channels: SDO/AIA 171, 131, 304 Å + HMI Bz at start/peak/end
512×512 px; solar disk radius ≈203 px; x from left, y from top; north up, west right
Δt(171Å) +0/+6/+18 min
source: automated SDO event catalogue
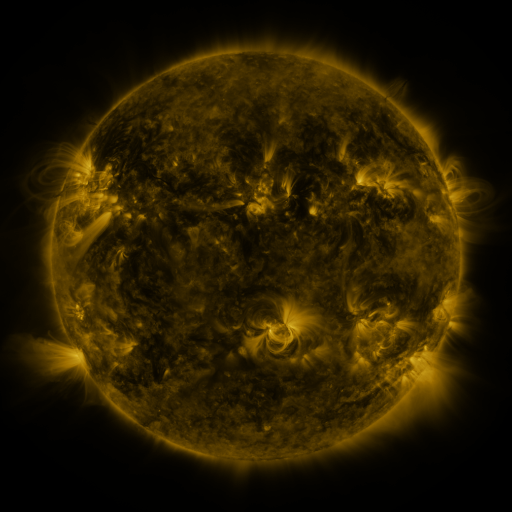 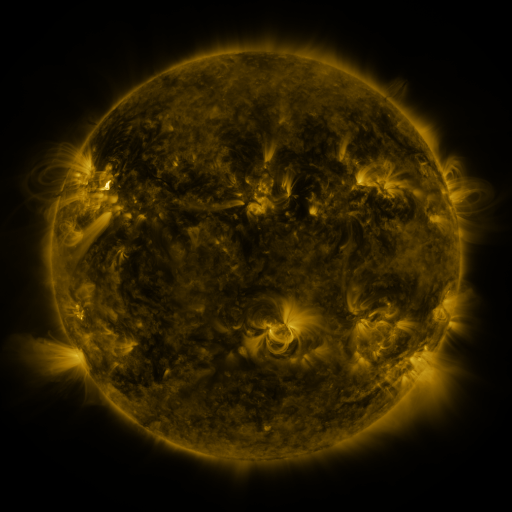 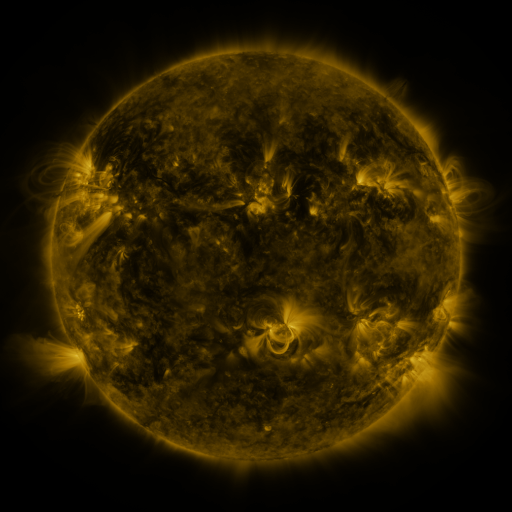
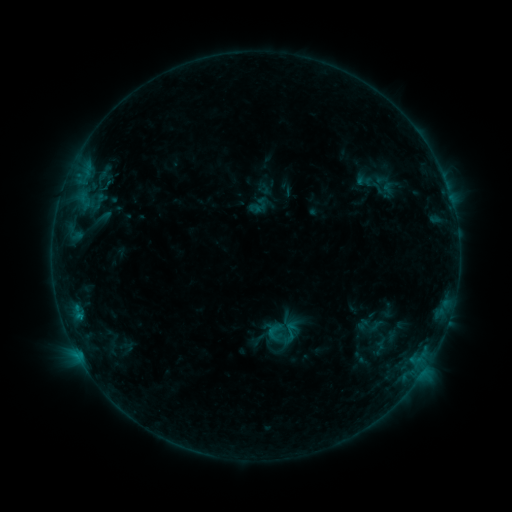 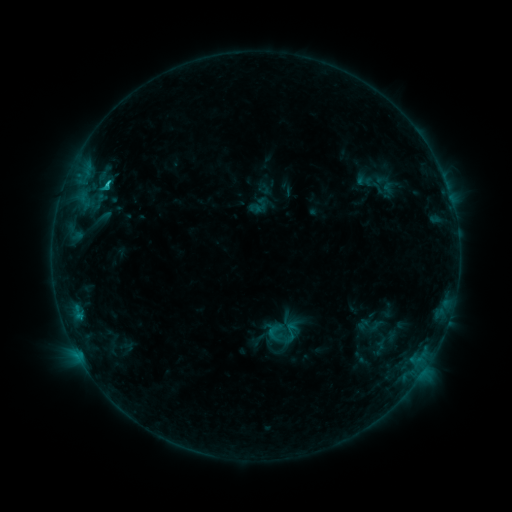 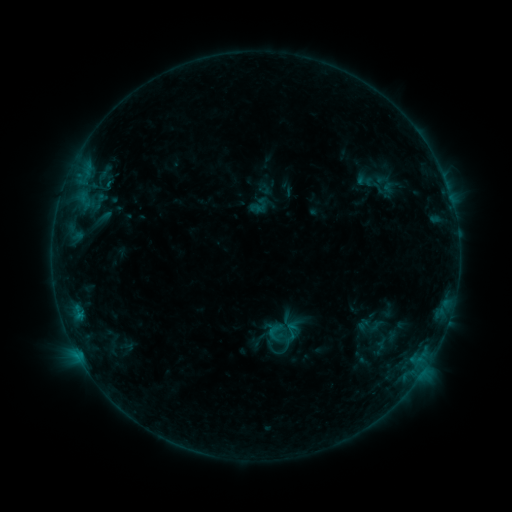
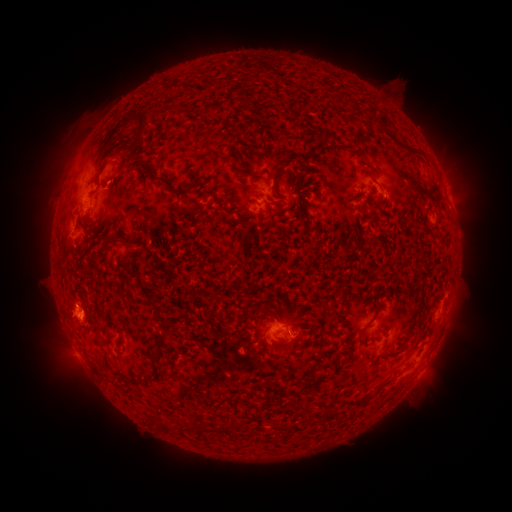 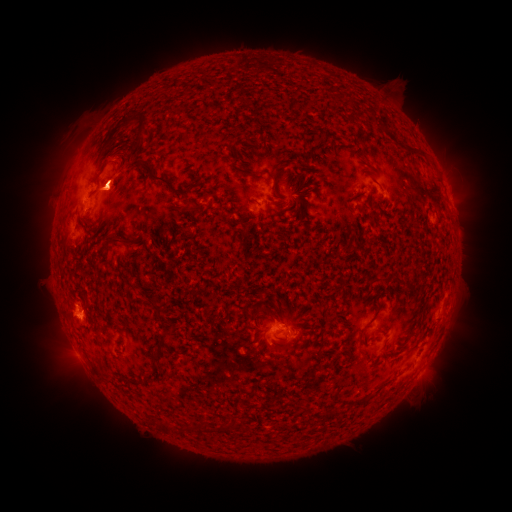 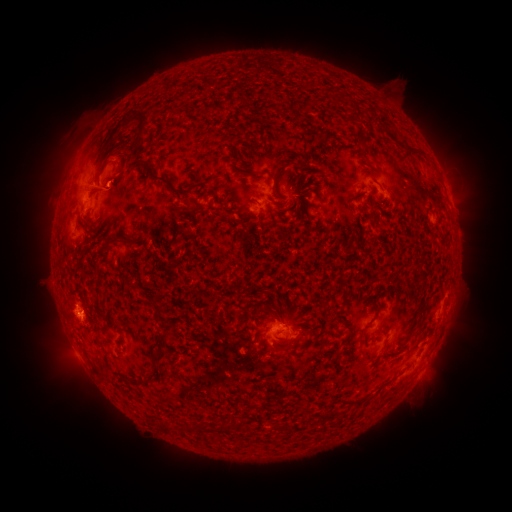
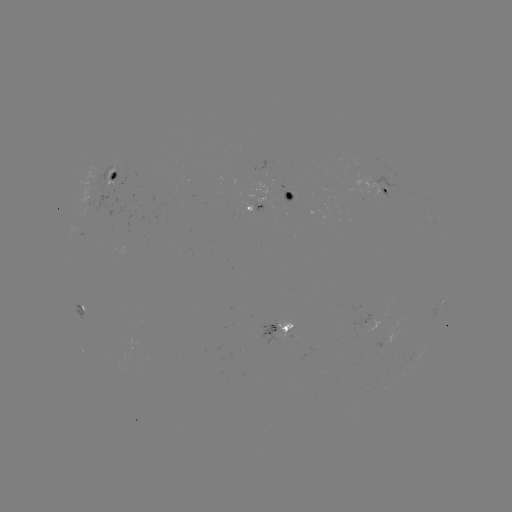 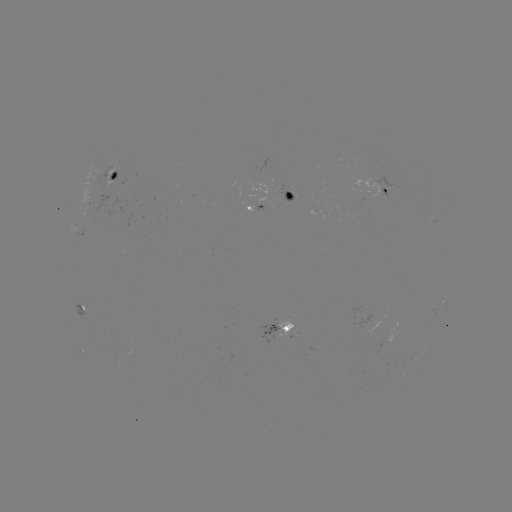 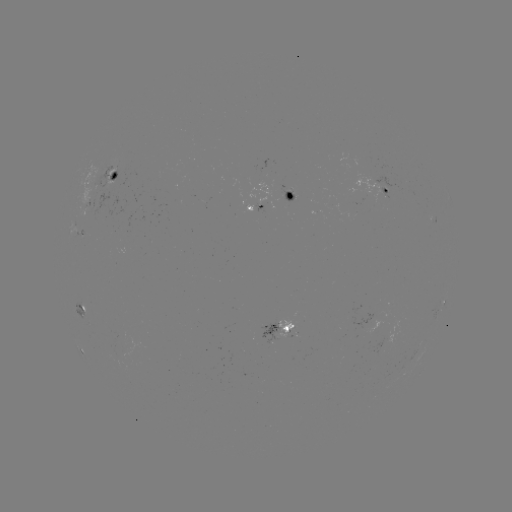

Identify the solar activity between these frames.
B8.9 flare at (109, 185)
